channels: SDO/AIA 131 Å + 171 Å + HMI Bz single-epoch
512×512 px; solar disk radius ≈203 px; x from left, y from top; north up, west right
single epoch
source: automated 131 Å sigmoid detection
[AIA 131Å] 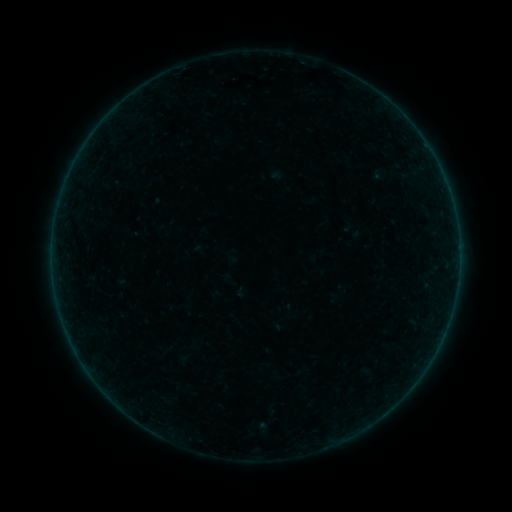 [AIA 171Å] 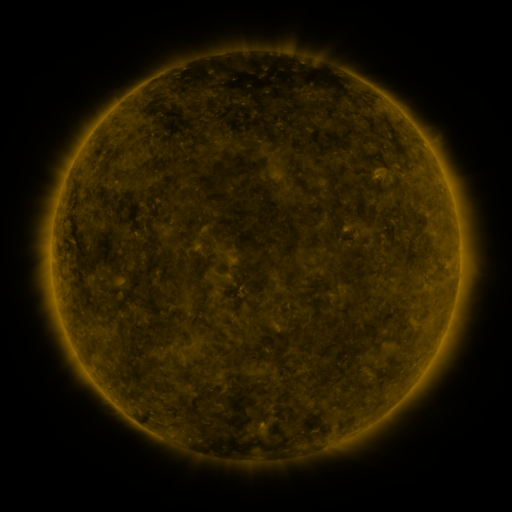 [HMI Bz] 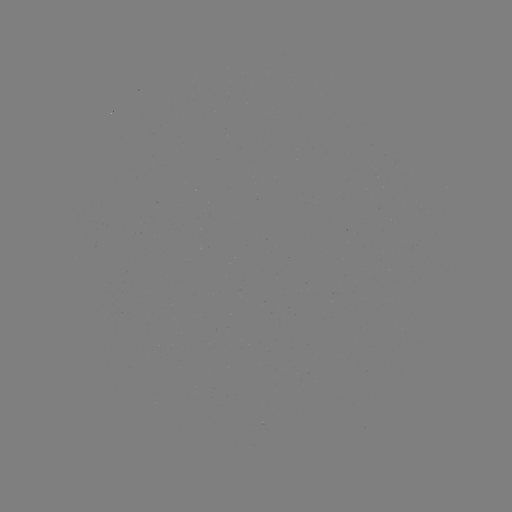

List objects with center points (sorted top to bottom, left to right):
sigmoid: (230, 280)
